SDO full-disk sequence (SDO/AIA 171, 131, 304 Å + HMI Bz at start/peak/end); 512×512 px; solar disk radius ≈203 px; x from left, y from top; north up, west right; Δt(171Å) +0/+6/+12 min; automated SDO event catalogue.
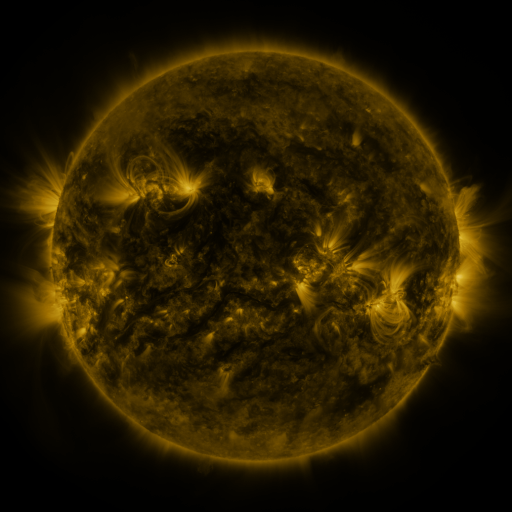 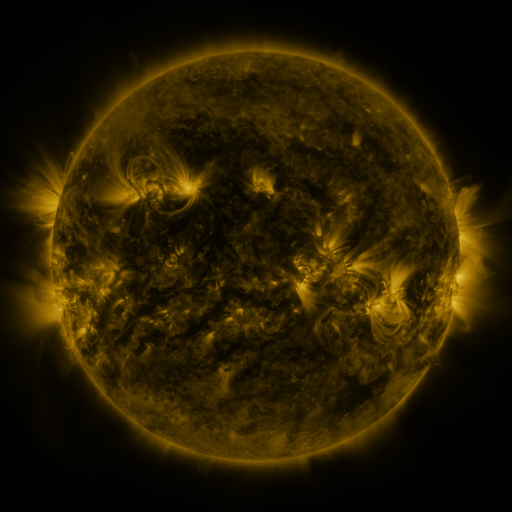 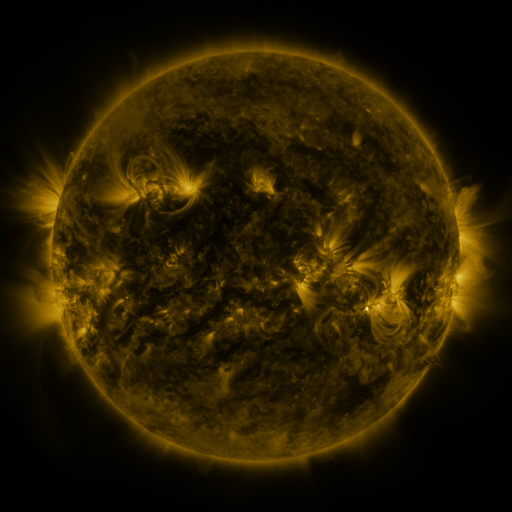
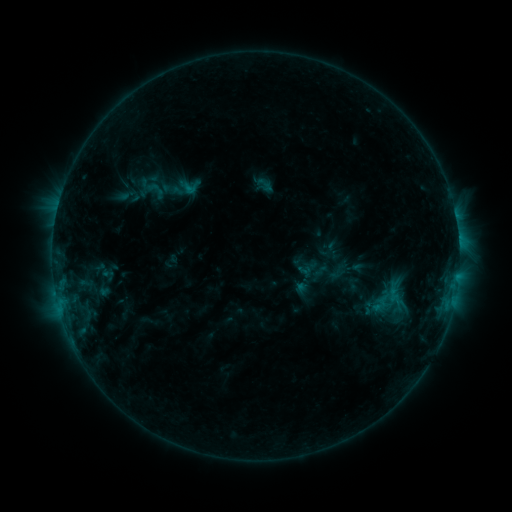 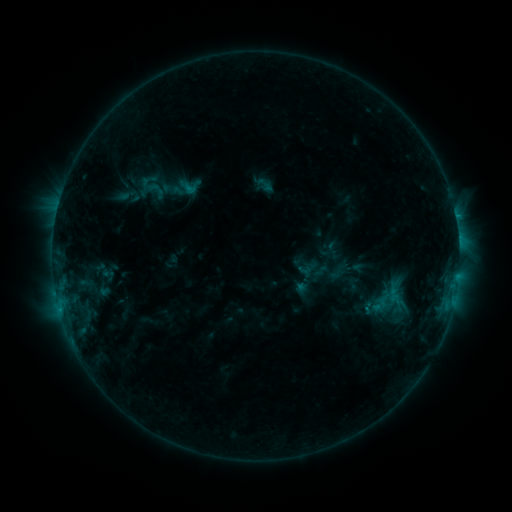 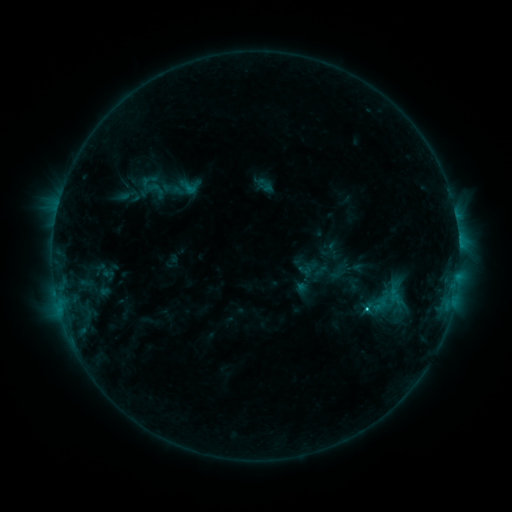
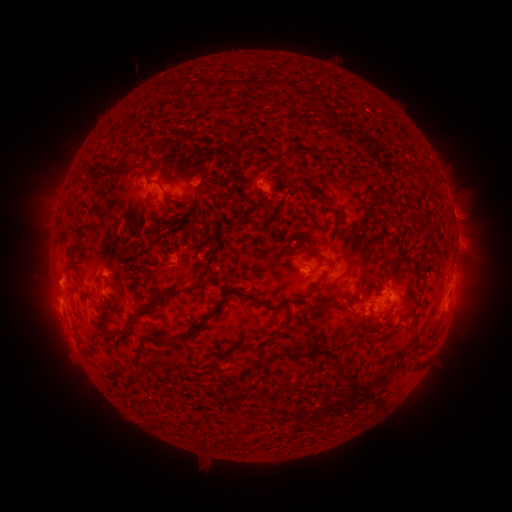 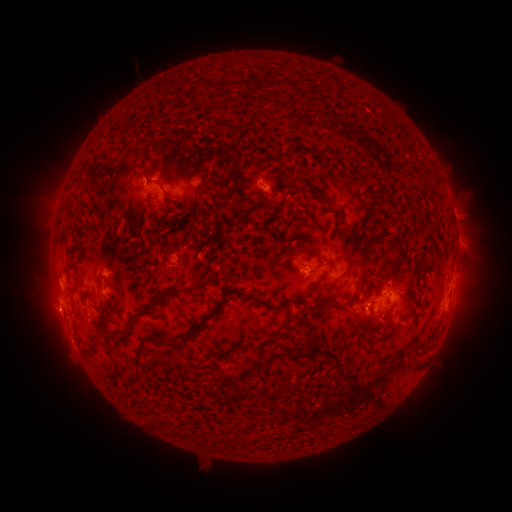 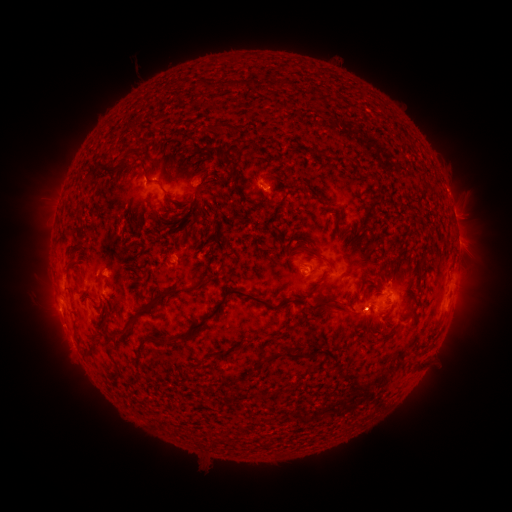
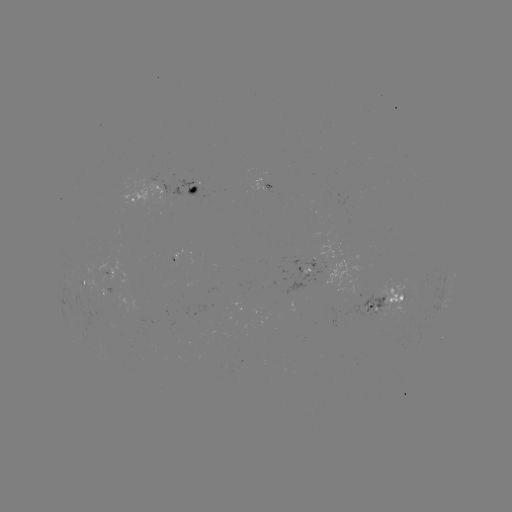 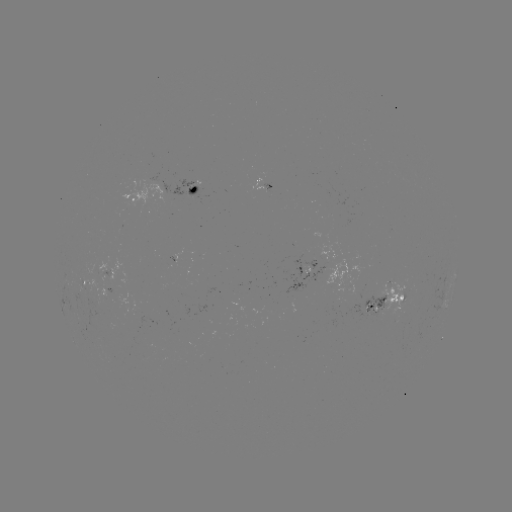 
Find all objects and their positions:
C2.0 flare: (458, 273)
